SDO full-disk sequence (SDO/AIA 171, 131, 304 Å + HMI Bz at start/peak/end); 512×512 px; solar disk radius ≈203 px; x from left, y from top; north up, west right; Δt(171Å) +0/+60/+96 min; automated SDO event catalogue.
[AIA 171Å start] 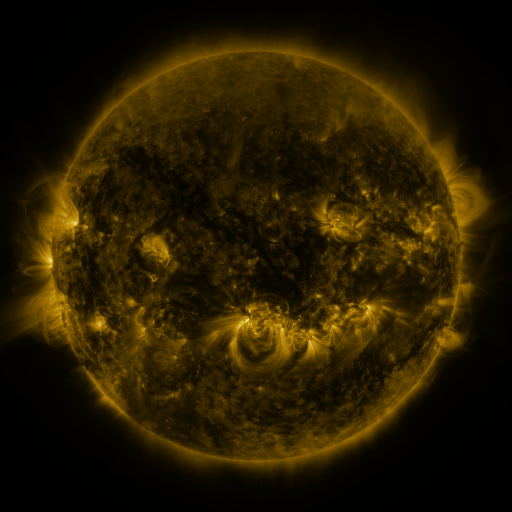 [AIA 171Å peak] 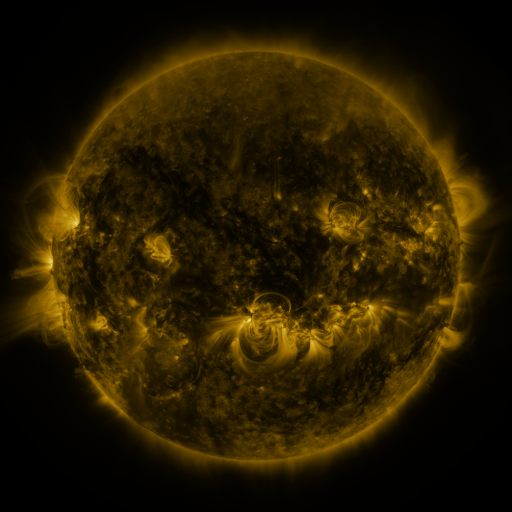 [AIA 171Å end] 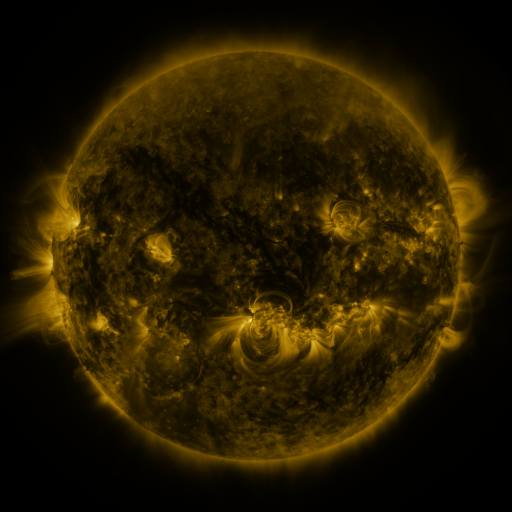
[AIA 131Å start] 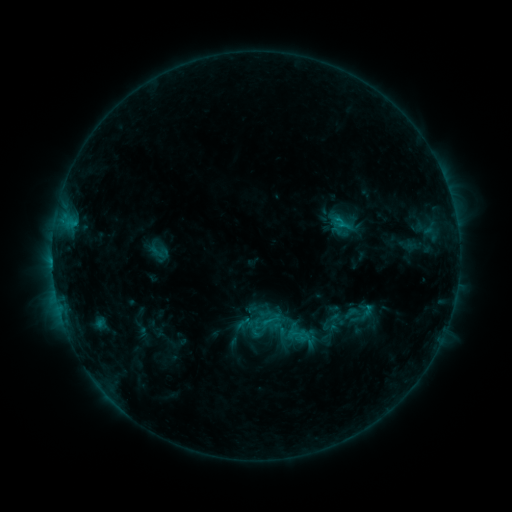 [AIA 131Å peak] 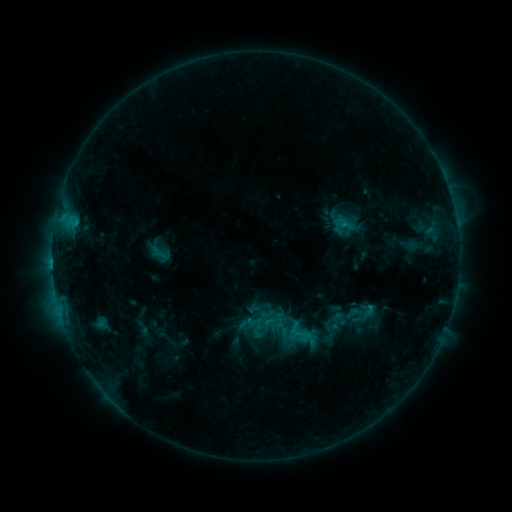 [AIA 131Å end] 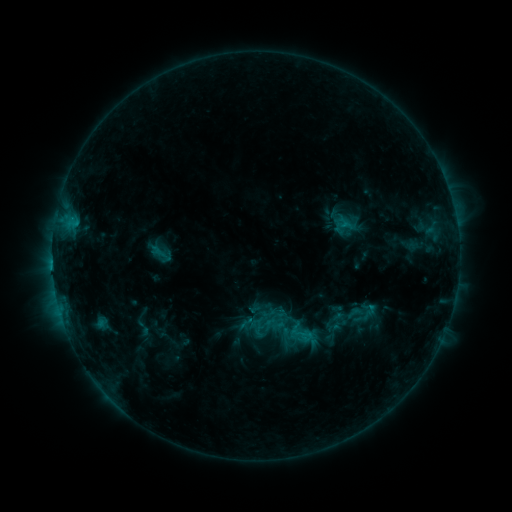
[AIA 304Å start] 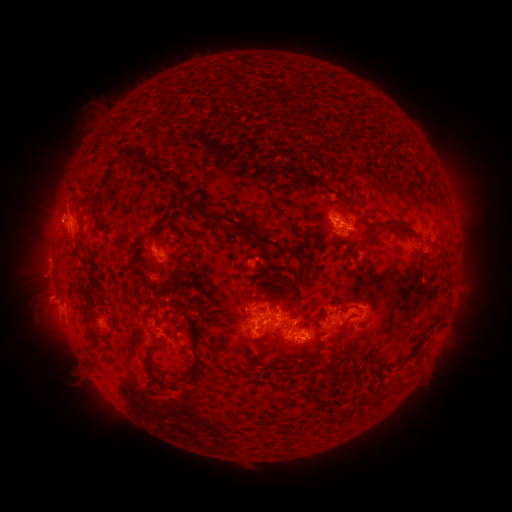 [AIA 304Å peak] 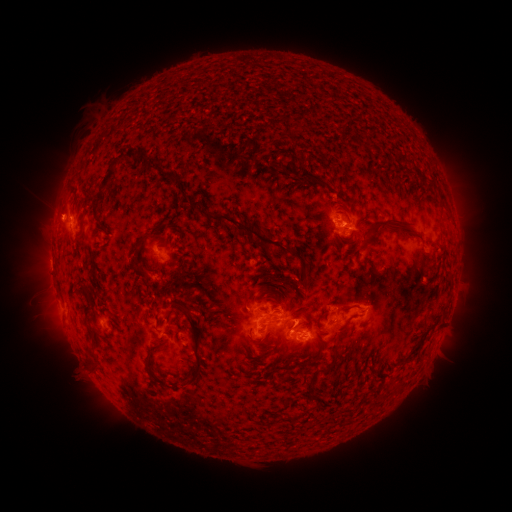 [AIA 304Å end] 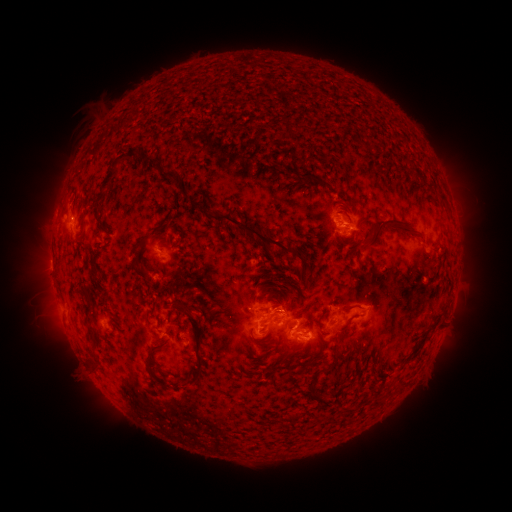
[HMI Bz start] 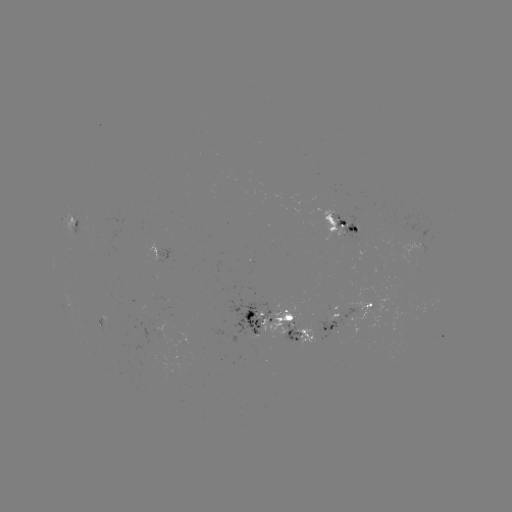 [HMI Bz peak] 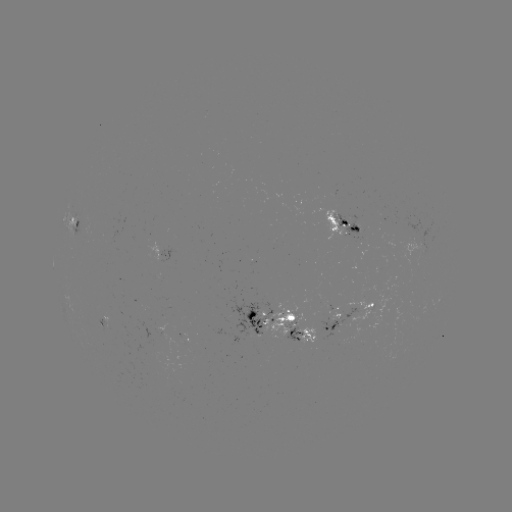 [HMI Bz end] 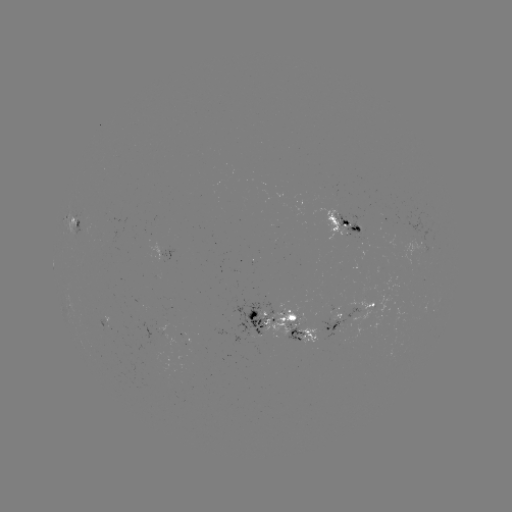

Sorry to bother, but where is emerging-flux region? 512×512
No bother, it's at (167, 307).